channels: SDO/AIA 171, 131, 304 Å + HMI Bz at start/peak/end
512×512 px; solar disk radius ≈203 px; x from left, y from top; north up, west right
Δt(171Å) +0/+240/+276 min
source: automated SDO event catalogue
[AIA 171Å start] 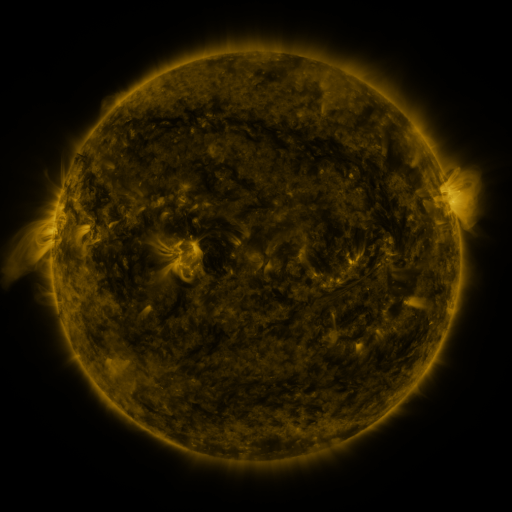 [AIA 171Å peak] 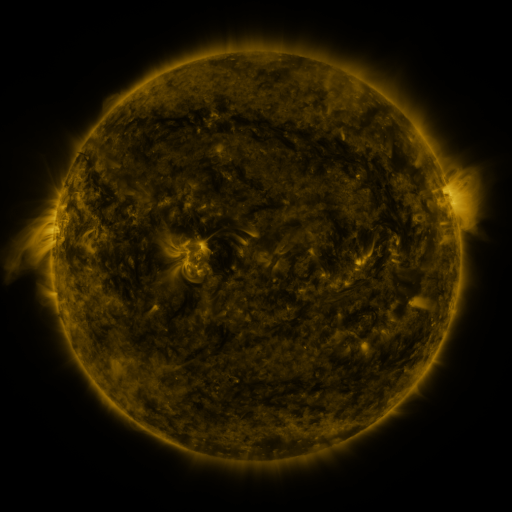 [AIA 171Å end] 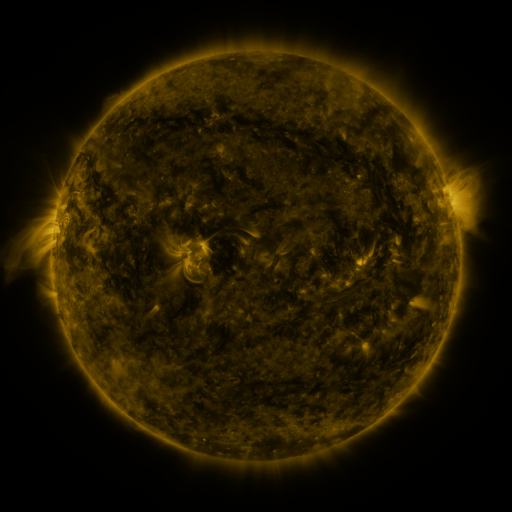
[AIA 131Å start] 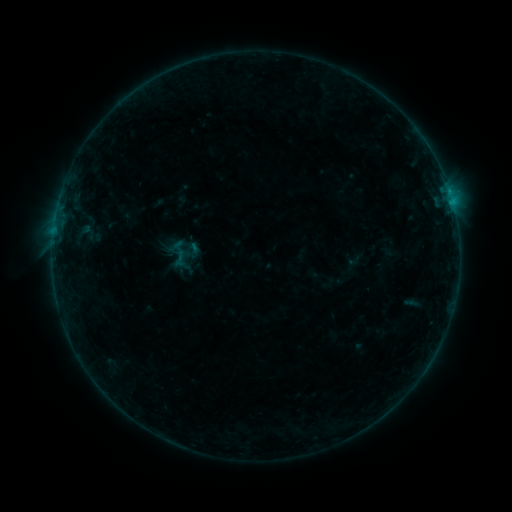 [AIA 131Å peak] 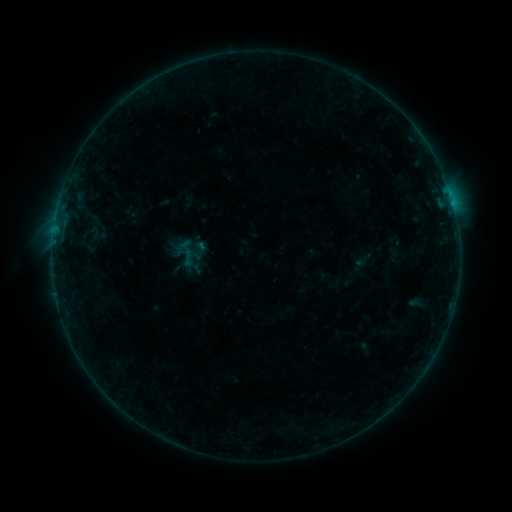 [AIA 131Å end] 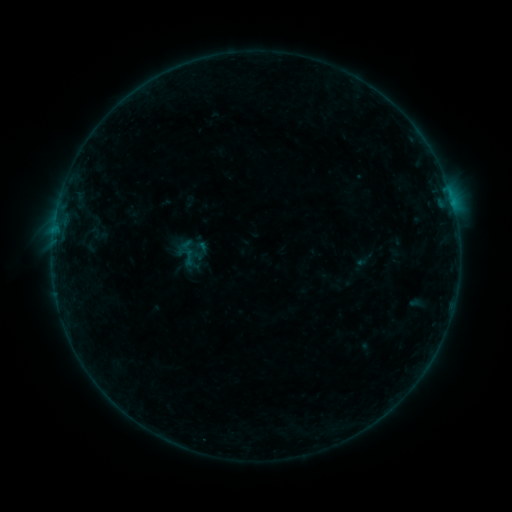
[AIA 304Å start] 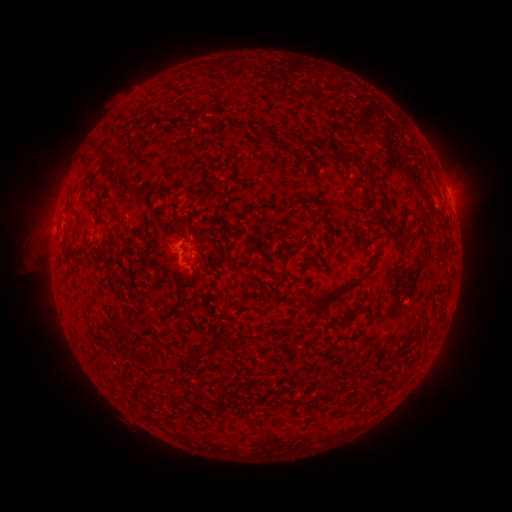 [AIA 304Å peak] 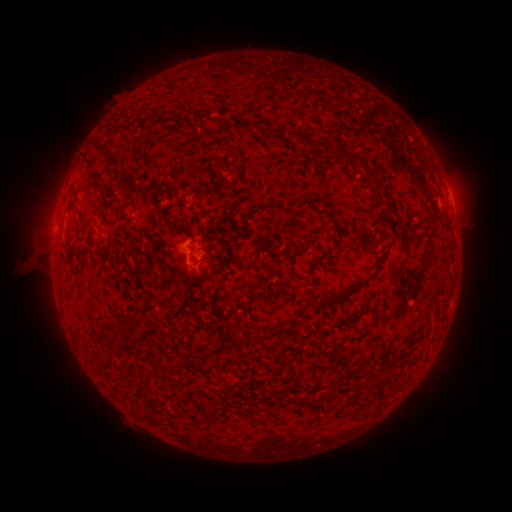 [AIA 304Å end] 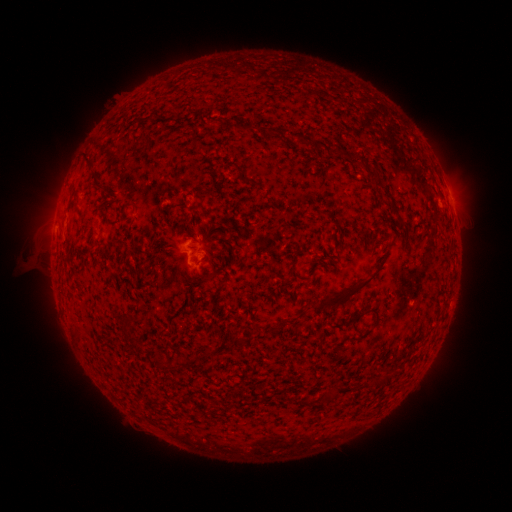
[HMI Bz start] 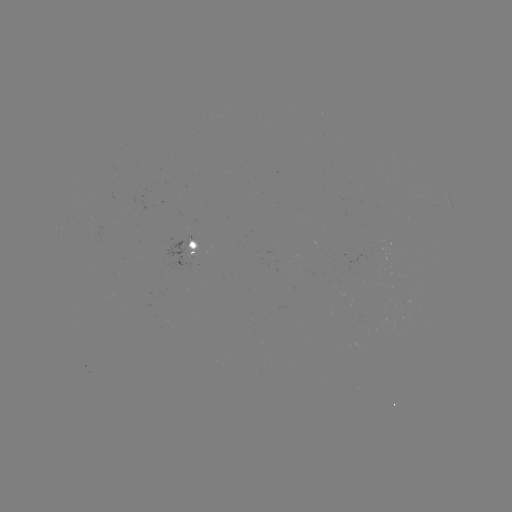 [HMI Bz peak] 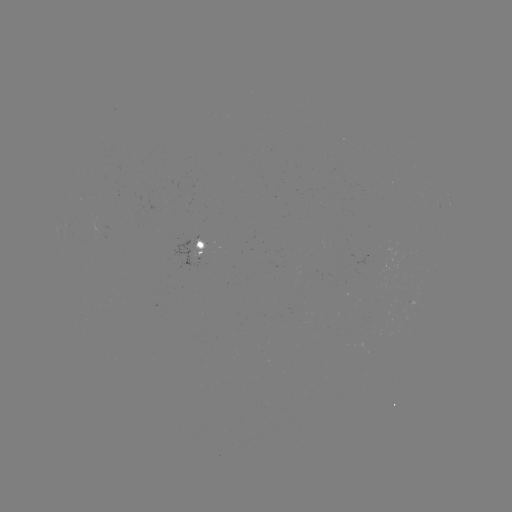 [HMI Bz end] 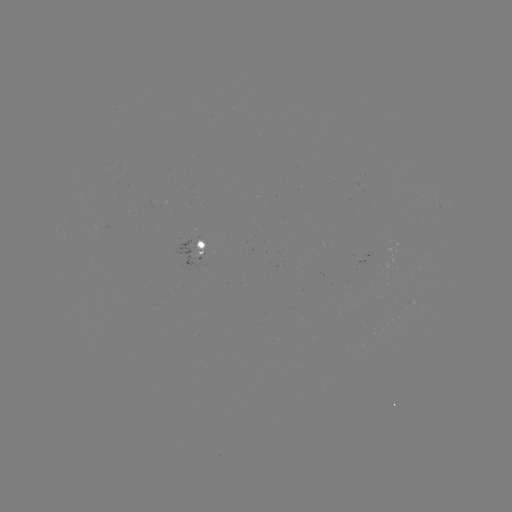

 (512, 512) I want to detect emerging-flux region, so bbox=[193, 240, 206, 260].